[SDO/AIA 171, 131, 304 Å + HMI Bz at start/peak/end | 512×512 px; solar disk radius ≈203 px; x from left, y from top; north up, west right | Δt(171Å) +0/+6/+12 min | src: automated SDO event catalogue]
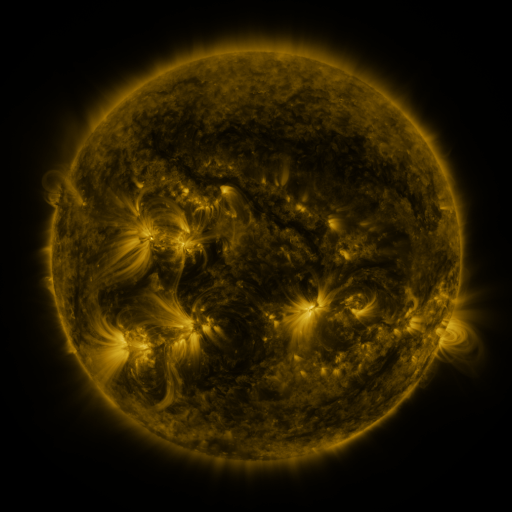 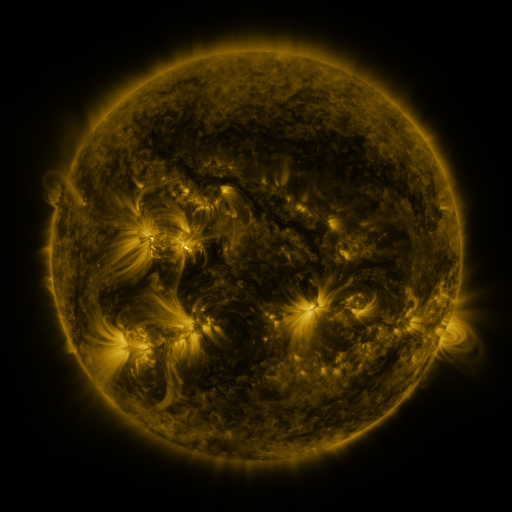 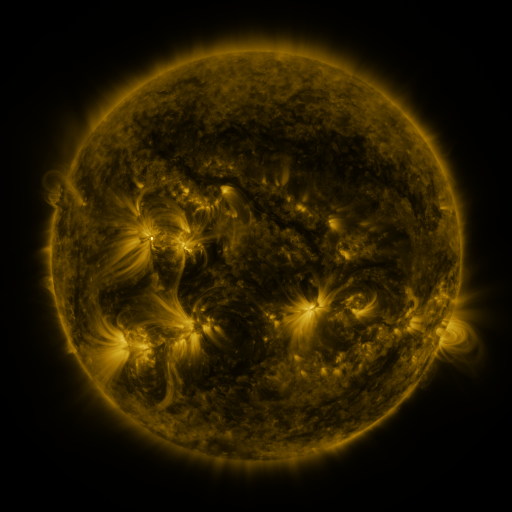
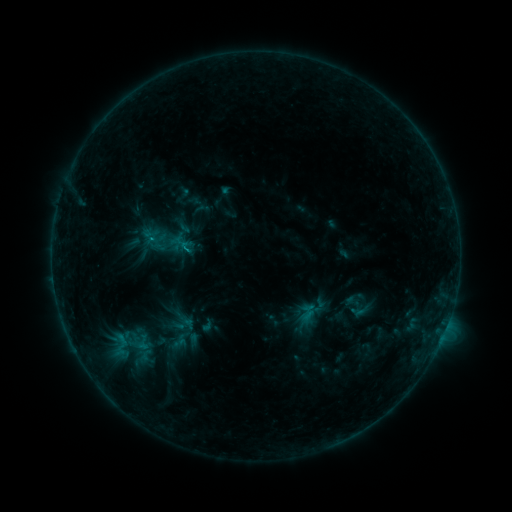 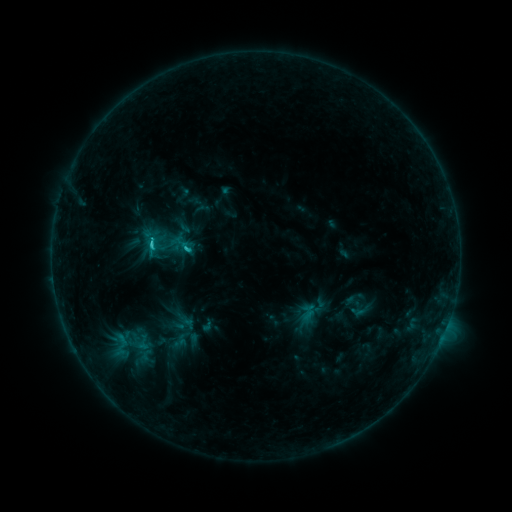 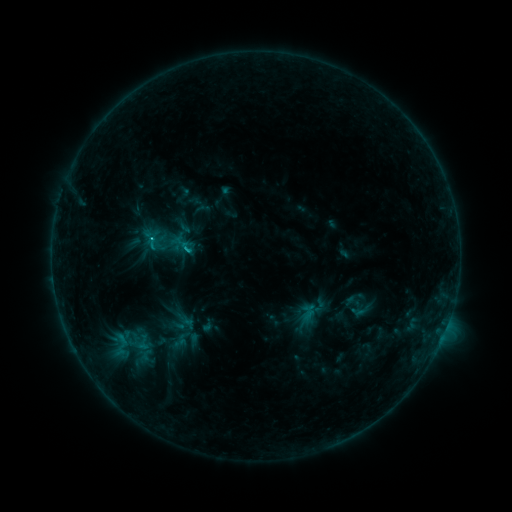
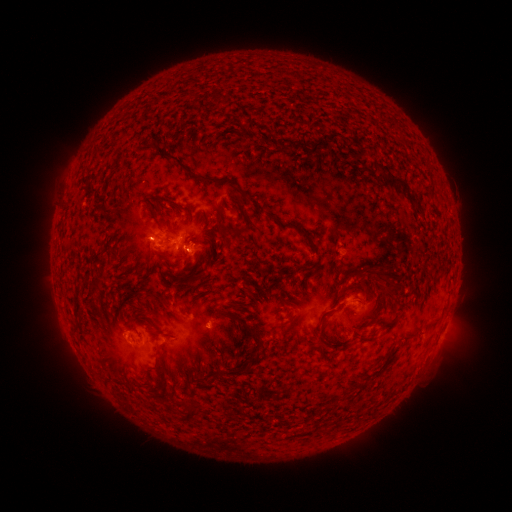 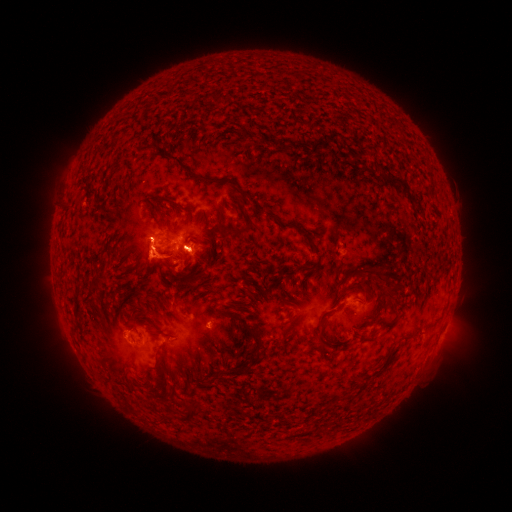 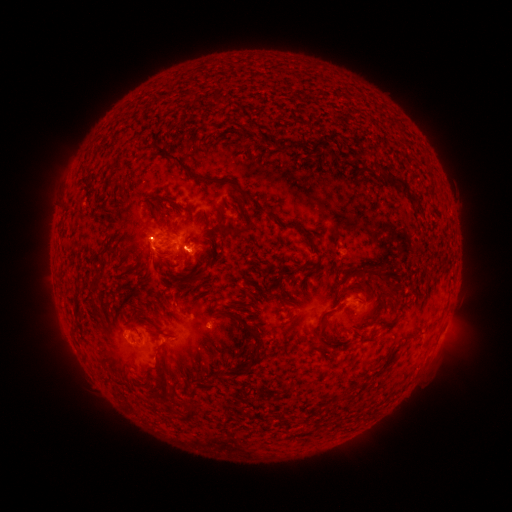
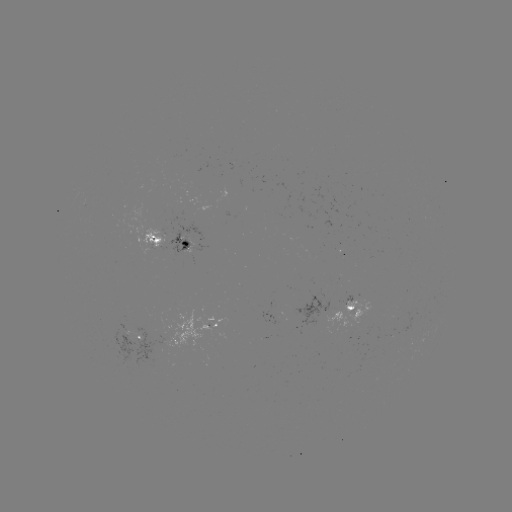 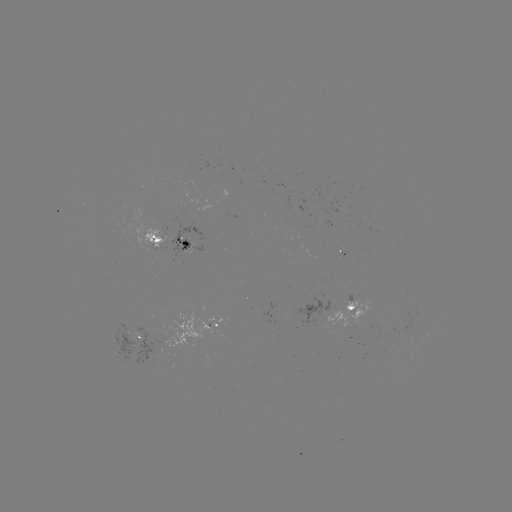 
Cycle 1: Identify C1.7 flare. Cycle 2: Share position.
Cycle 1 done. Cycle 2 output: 154,247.